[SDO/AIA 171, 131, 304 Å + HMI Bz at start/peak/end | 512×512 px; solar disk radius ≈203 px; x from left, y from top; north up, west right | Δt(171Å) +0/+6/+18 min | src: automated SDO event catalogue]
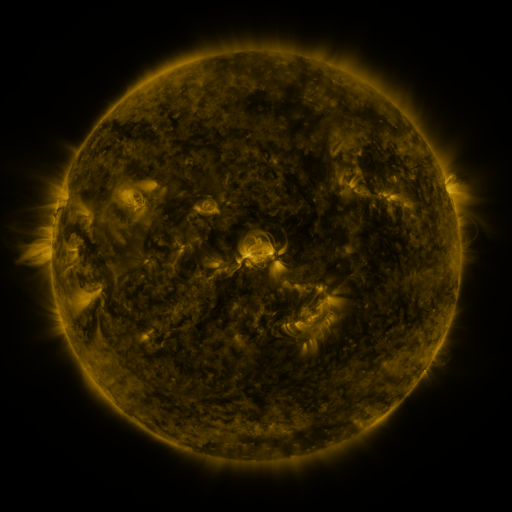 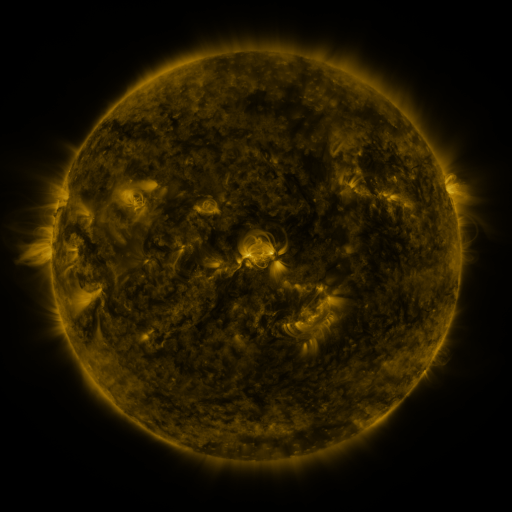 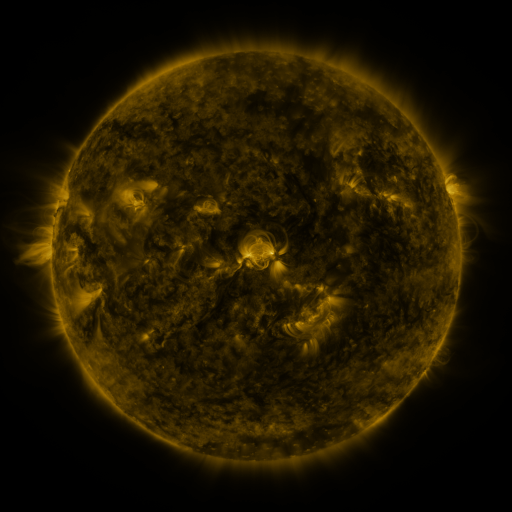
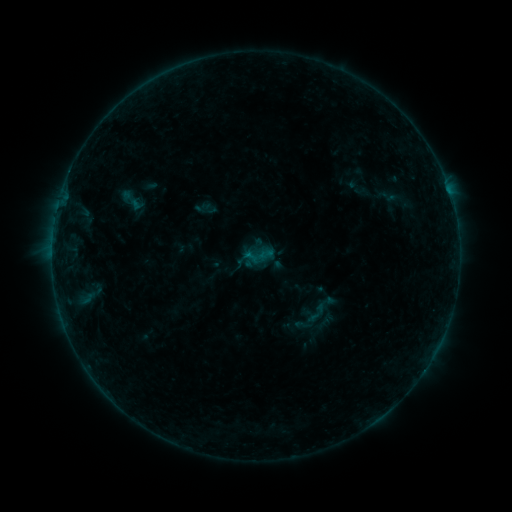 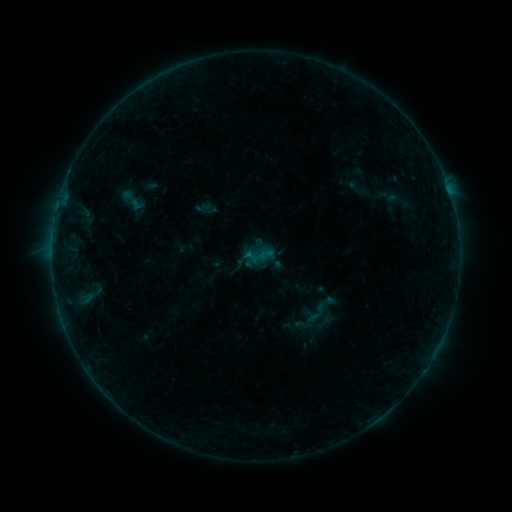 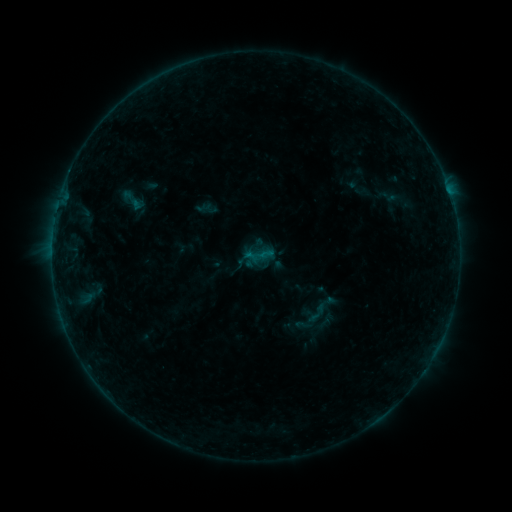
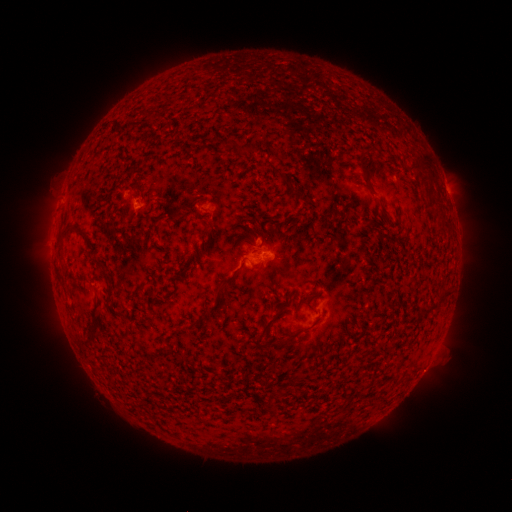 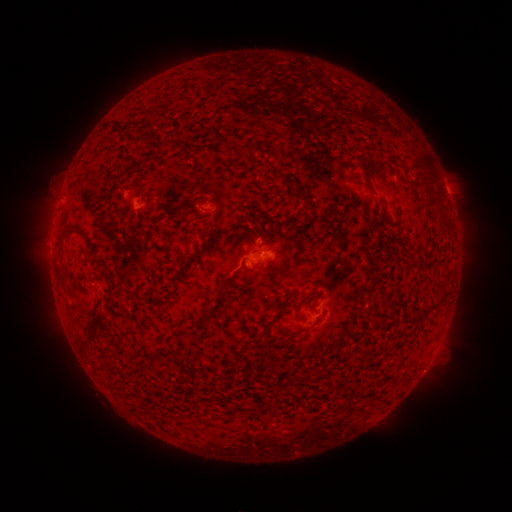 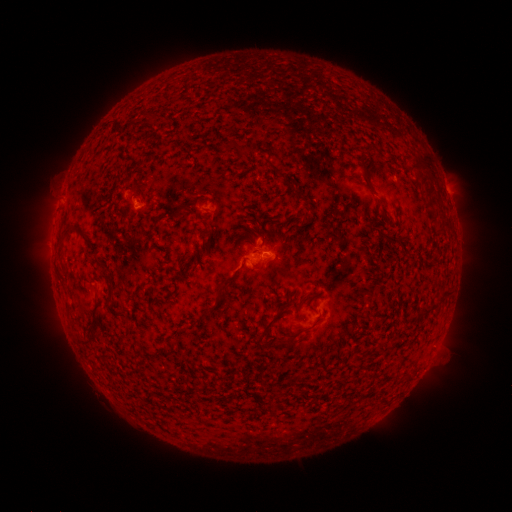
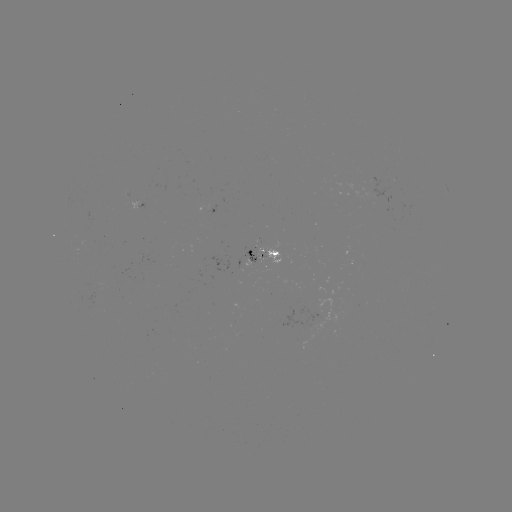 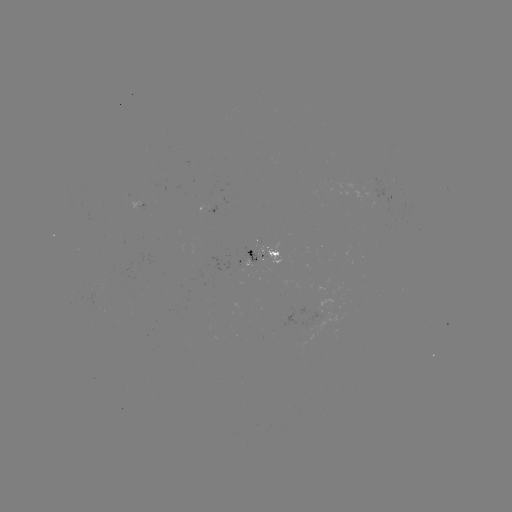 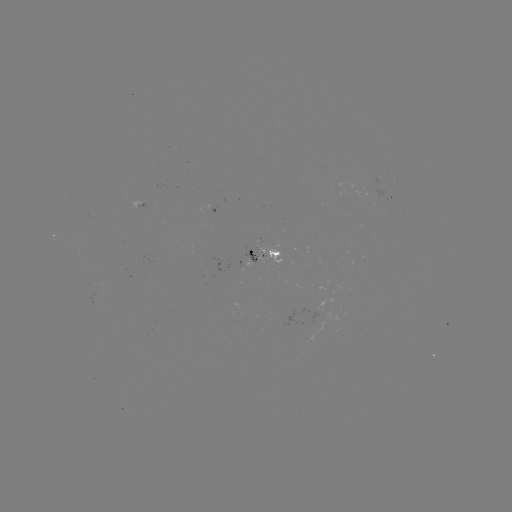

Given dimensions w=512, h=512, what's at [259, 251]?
B2.6 flare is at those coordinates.